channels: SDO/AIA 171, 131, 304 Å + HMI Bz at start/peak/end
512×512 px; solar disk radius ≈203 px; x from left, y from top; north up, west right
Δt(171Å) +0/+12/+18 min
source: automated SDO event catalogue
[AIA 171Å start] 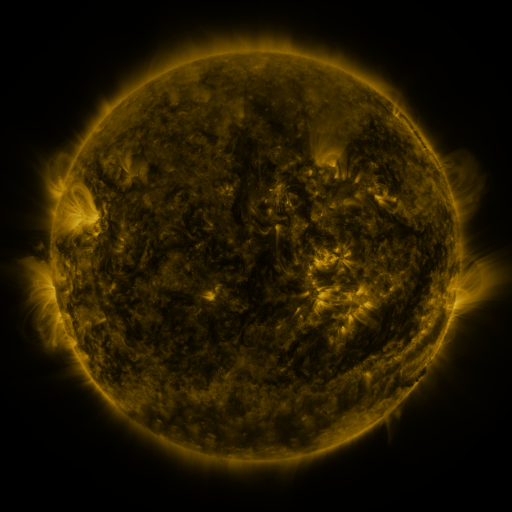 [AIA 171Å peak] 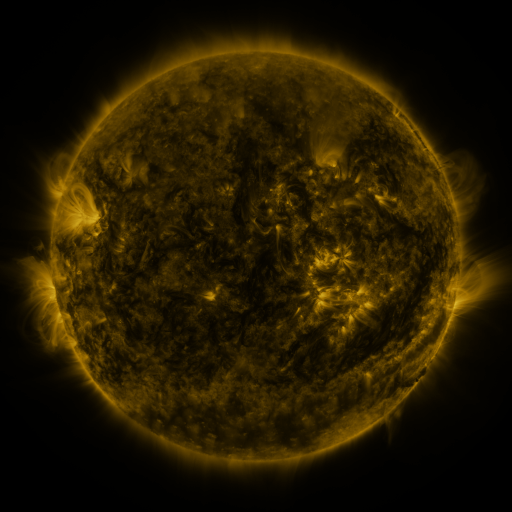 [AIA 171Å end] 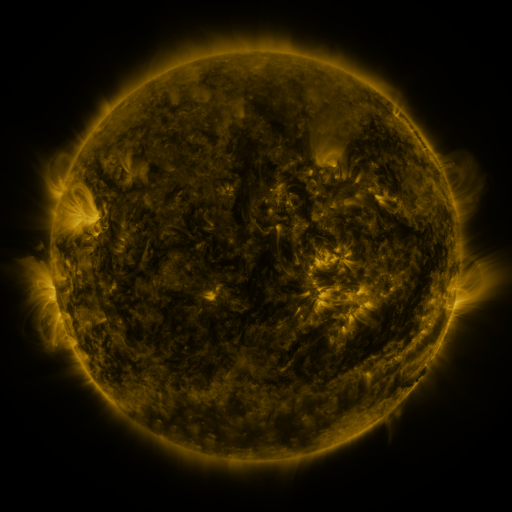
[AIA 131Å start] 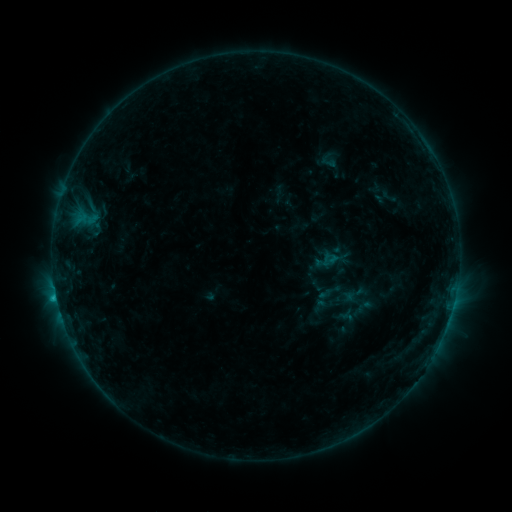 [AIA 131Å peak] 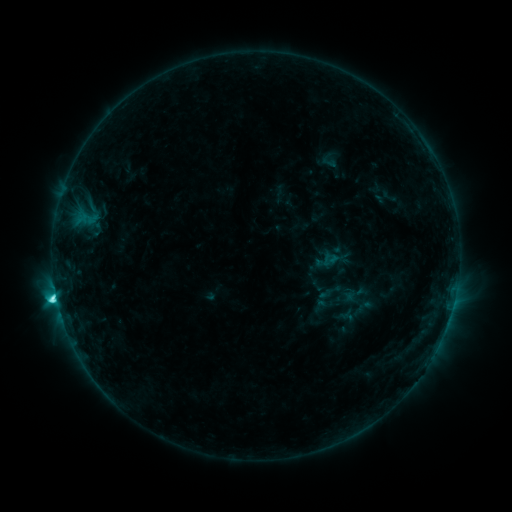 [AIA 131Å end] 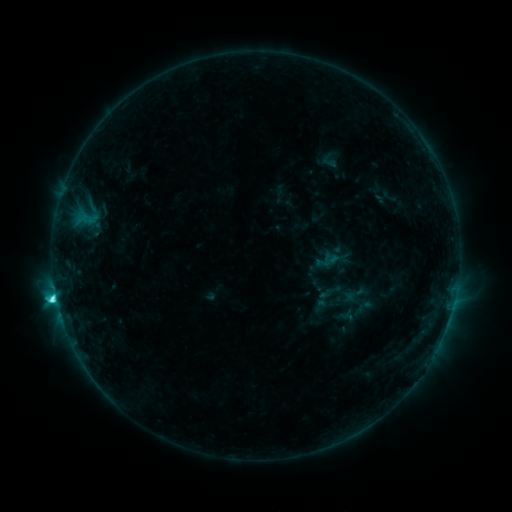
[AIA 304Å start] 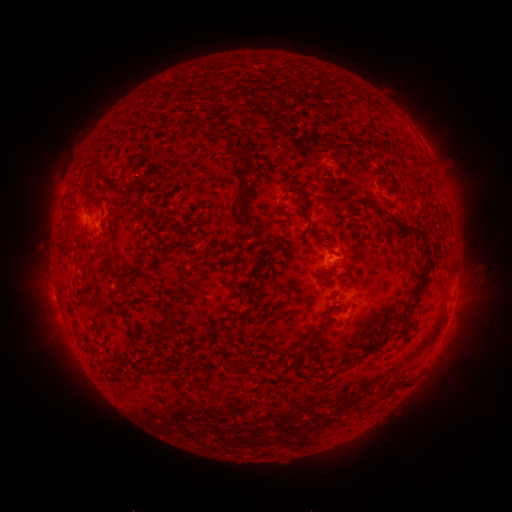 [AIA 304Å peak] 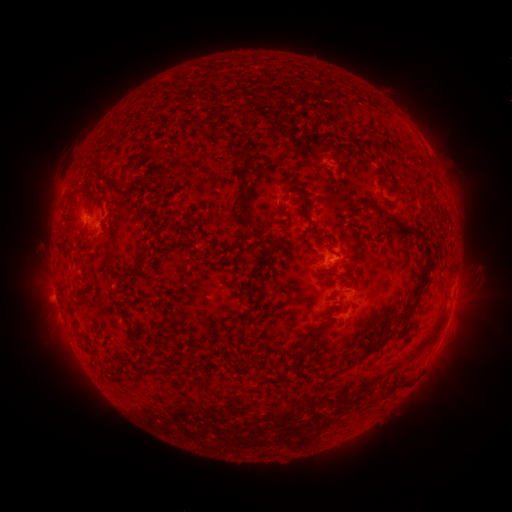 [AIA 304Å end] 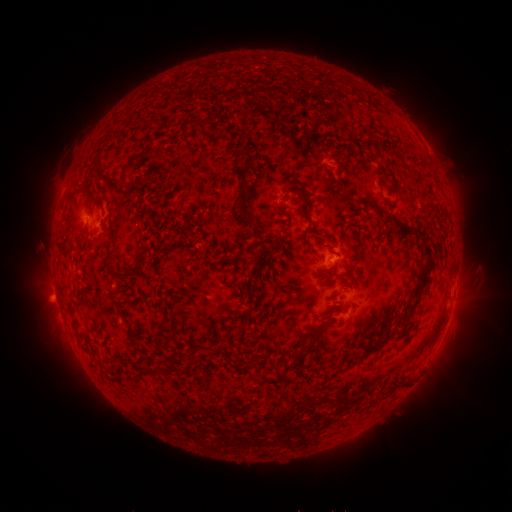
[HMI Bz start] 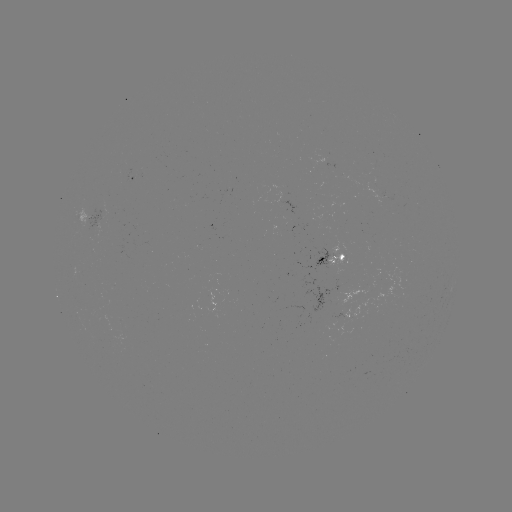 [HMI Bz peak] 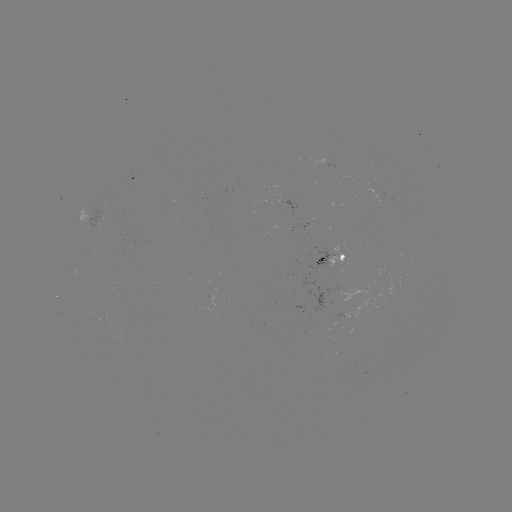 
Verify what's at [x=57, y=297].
C4.3 flare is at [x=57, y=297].